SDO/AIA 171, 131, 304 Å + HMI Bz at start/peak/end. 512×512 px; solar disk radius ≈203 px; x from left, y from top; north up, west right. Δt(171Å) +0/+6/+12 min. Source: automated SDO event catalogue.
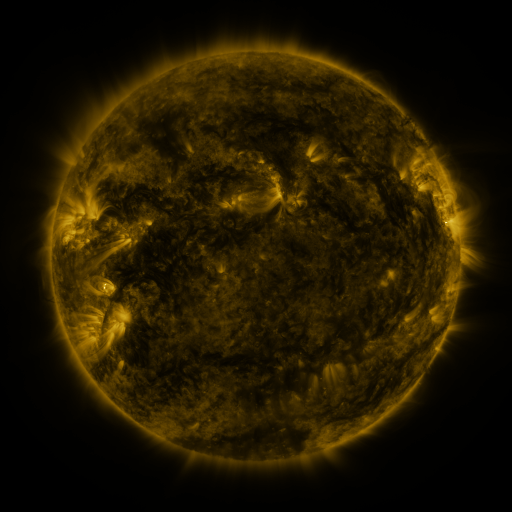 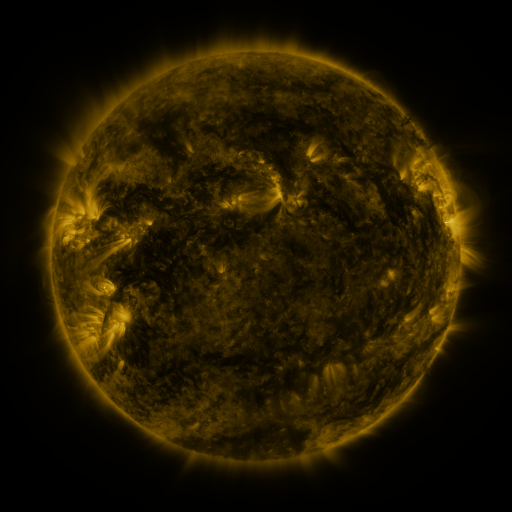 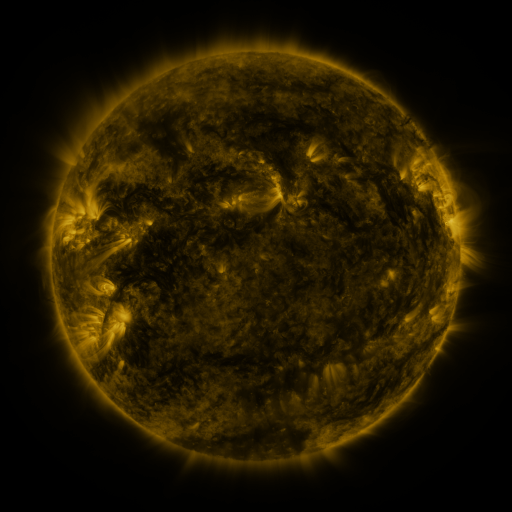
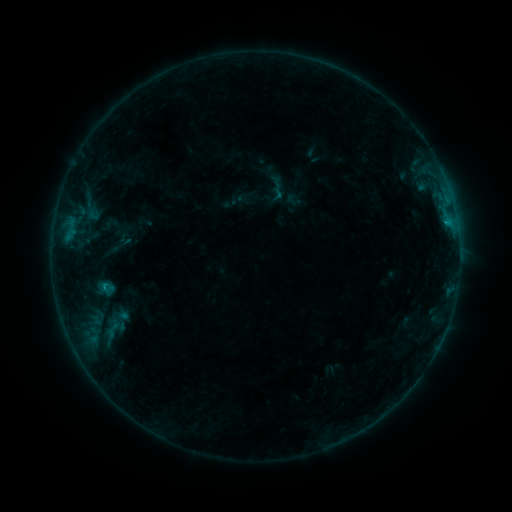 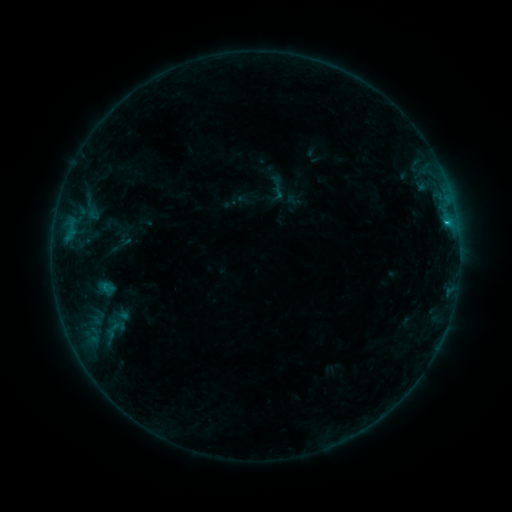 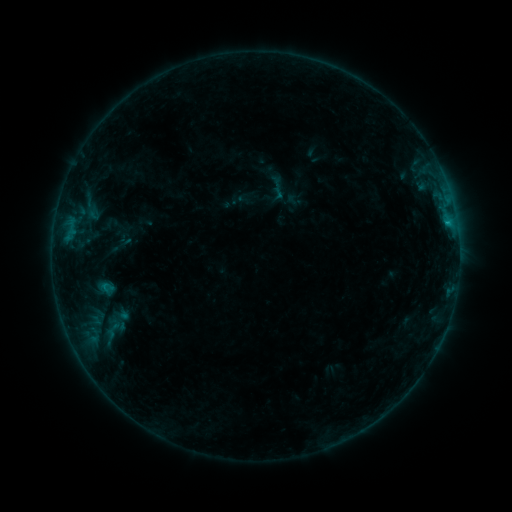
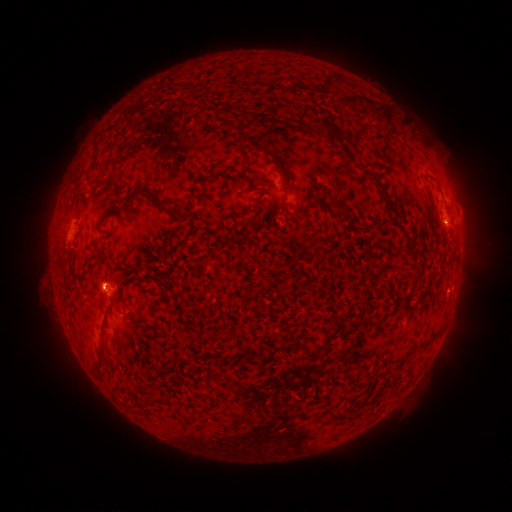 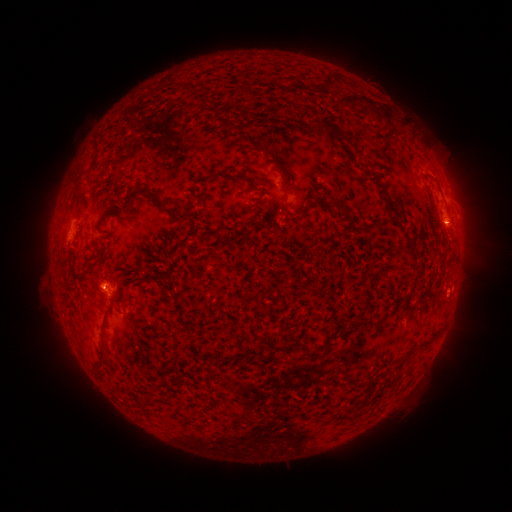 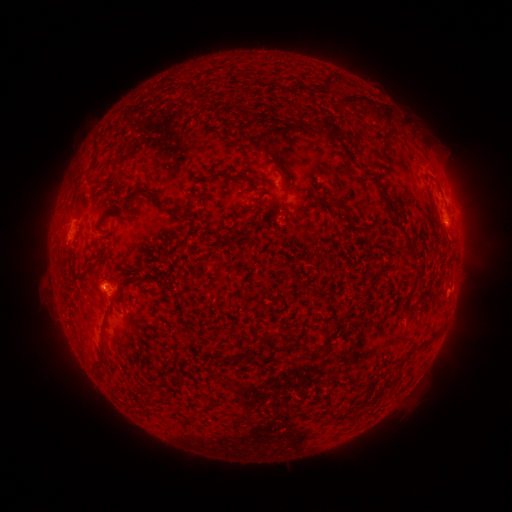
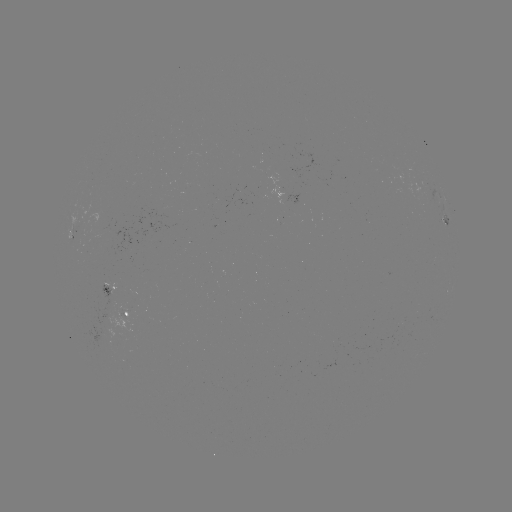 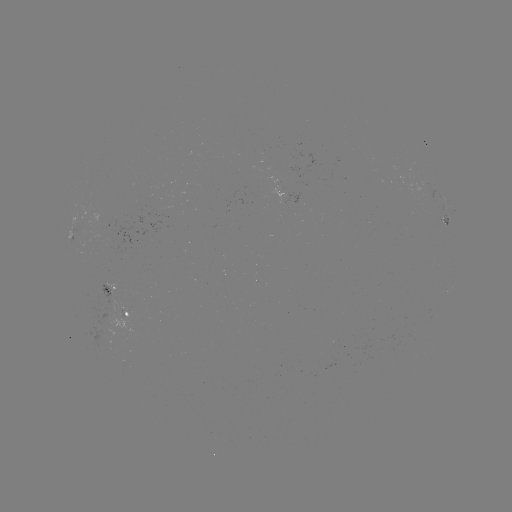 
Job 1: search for B6.6 flare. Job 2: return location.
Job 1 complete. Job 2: [445, 225].